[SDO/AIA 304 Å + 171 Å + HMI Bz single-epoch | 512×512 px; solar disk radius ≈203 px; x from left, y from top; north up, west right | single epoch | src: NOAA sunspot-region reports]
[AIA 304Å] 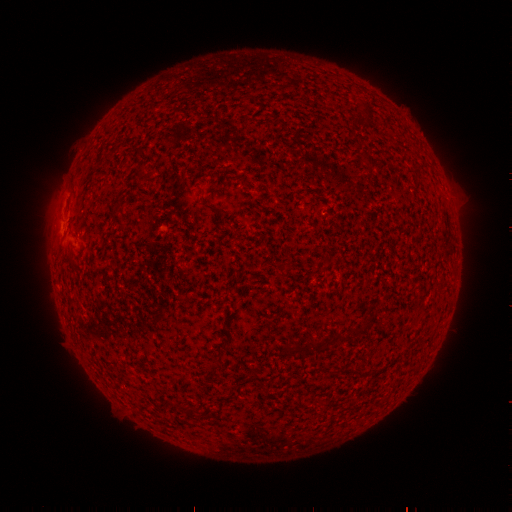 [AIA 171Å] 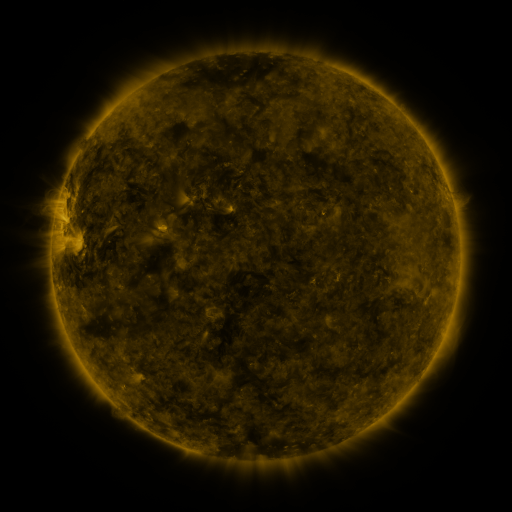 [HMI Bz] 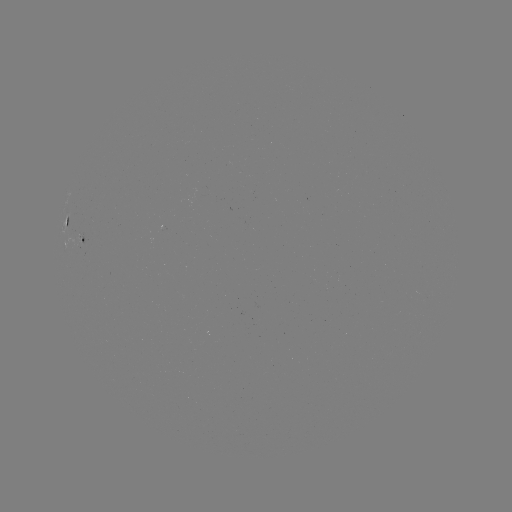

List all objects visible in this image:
spotted active region: (70, 221)
spotted active region: (83, 236)
